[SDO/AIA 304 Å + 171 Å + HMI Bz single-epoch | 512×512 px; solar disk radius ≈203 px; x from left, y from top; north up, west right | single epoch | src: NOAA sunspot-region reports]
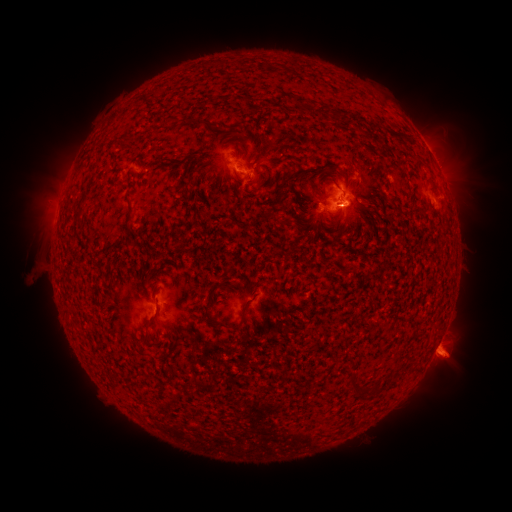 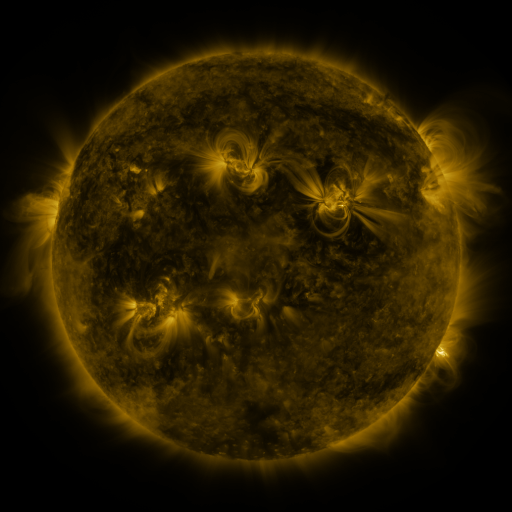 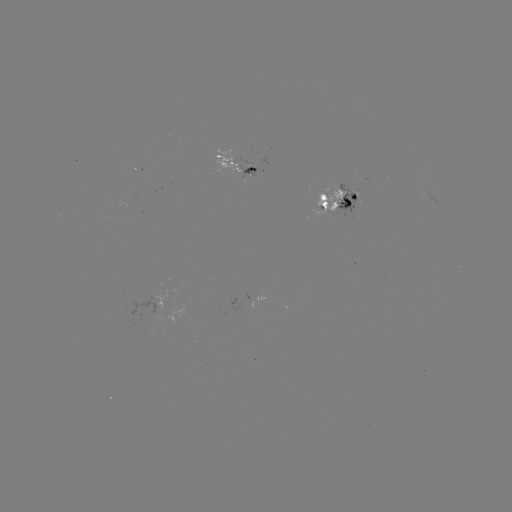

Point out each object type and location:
spotted active region: (242, 162)
spotted active region: (344, 201)
spotted active region: (437, 203)
spotted active region: (439, 342)
